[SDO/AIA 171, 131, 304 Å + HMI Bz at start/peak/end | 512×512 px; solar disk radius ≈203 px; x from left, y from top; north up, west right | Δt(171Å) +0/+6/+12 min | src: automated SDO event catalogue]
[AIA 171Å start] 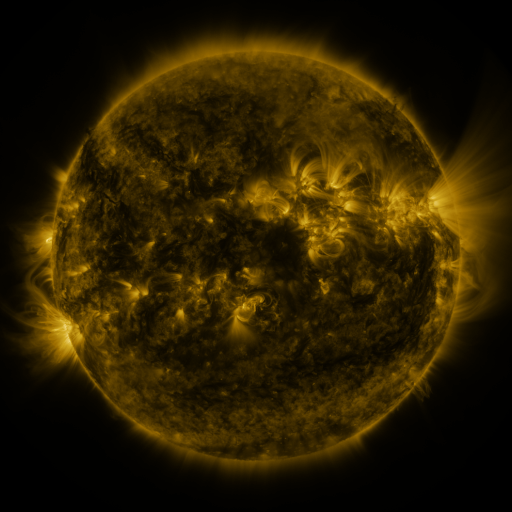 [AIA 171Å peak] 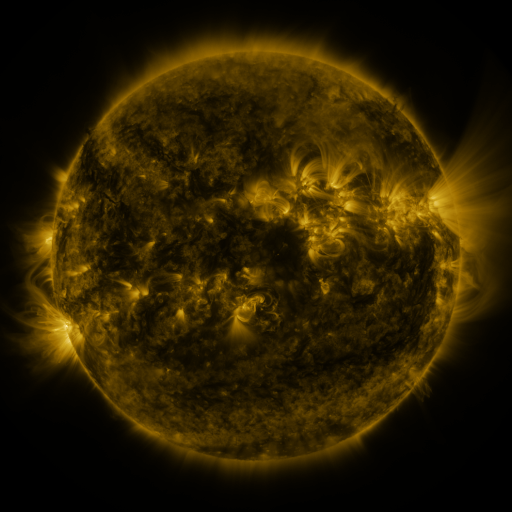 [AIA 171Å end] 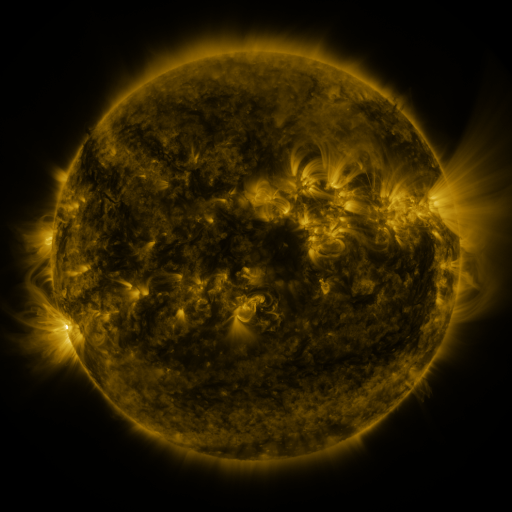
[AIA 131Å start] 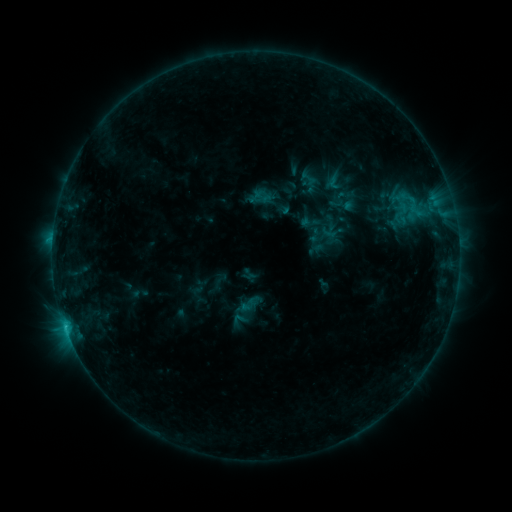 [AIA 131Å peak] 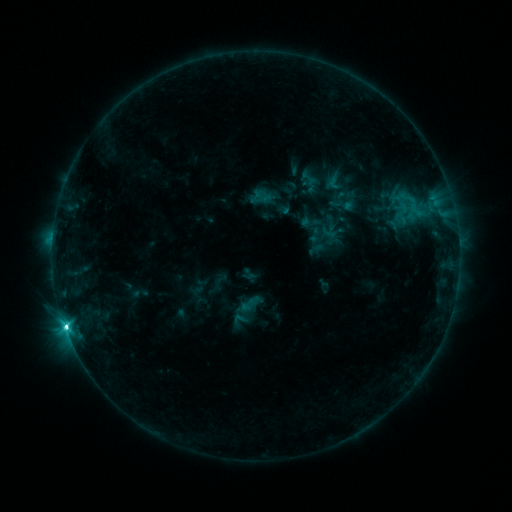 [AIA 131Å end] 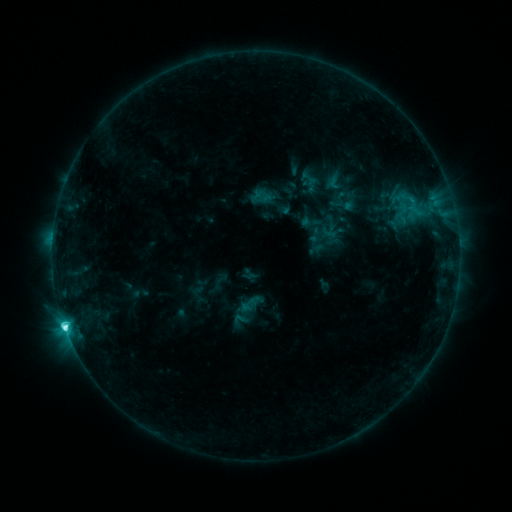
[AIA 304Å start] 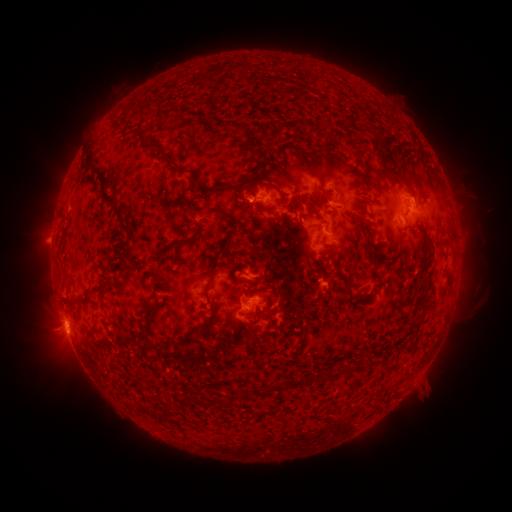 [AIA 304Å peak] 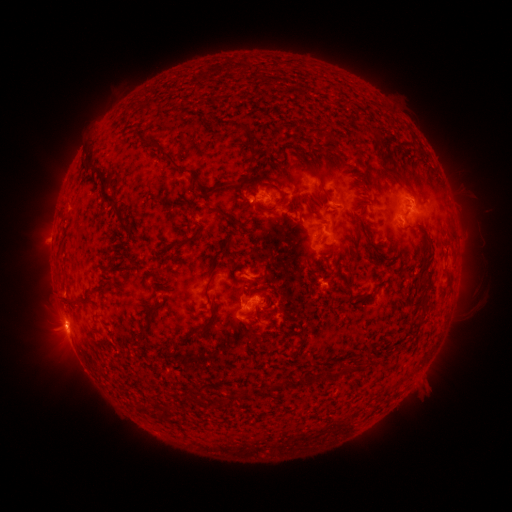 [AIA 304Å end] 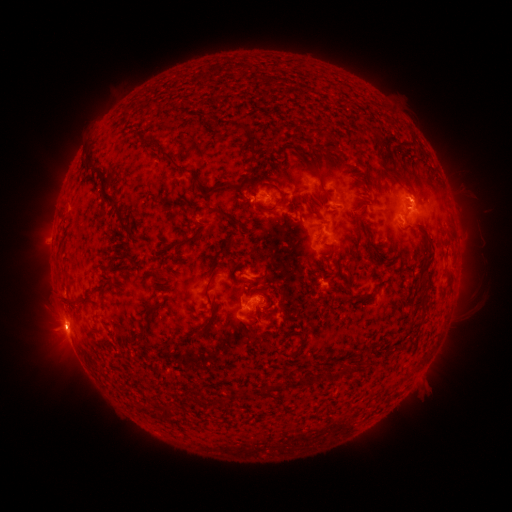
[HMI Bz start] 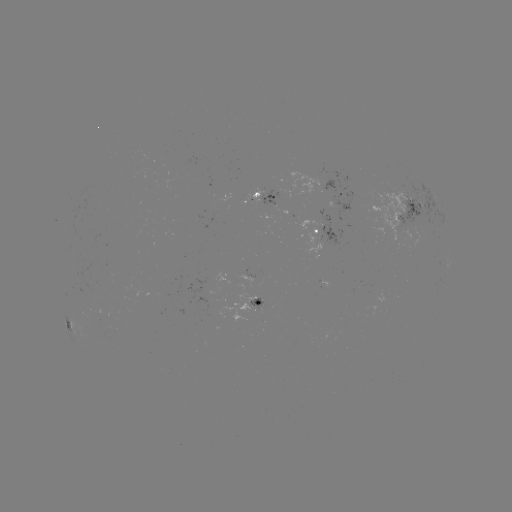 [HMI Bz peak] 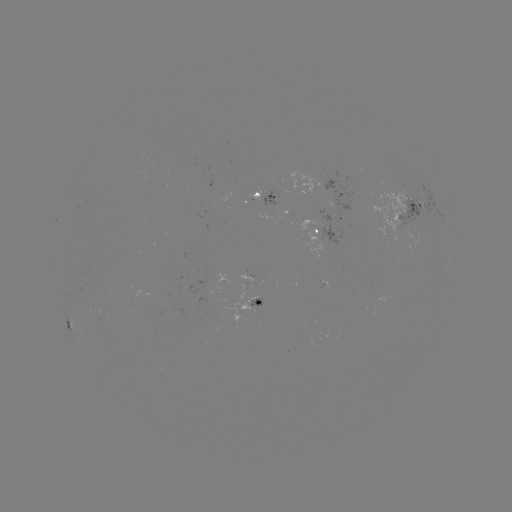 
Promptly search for C8.7 flare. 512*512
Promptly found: [66, 325].